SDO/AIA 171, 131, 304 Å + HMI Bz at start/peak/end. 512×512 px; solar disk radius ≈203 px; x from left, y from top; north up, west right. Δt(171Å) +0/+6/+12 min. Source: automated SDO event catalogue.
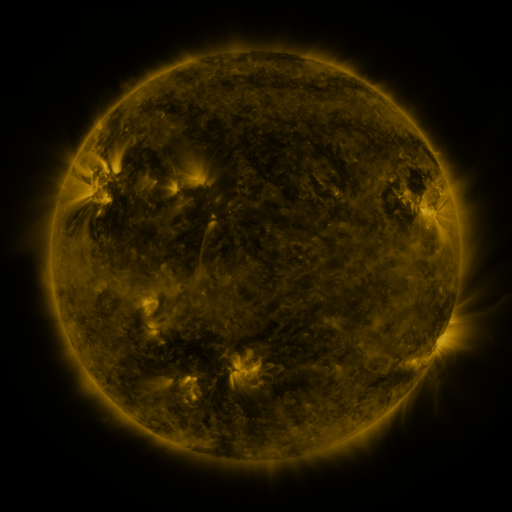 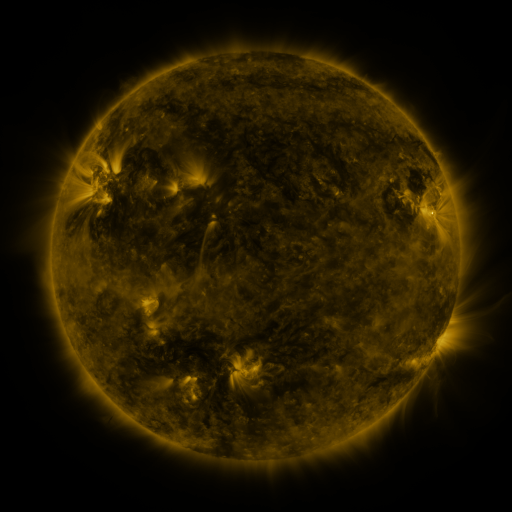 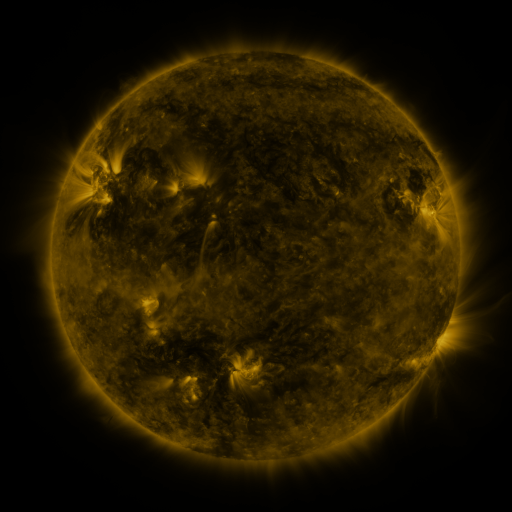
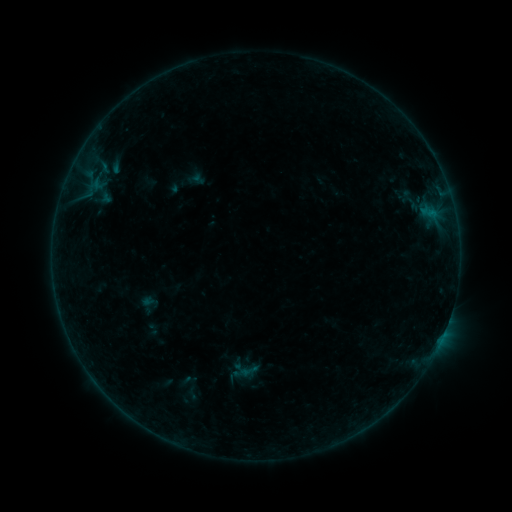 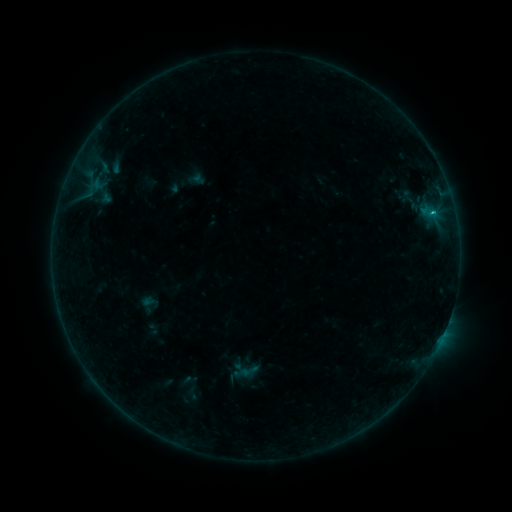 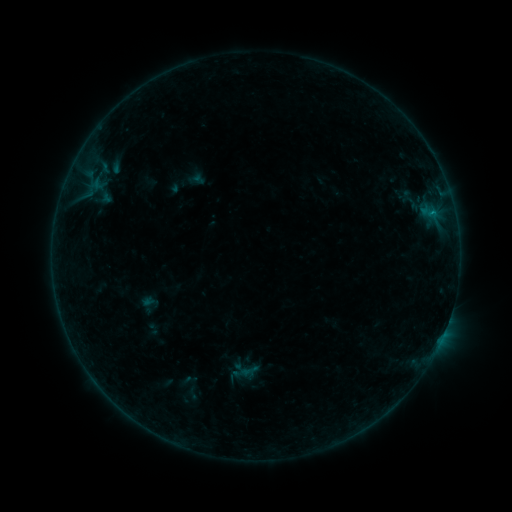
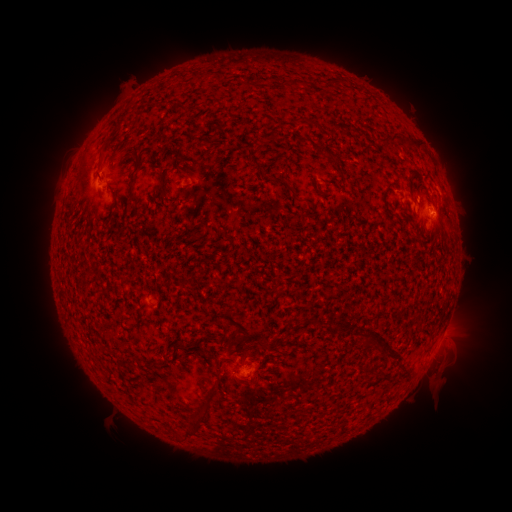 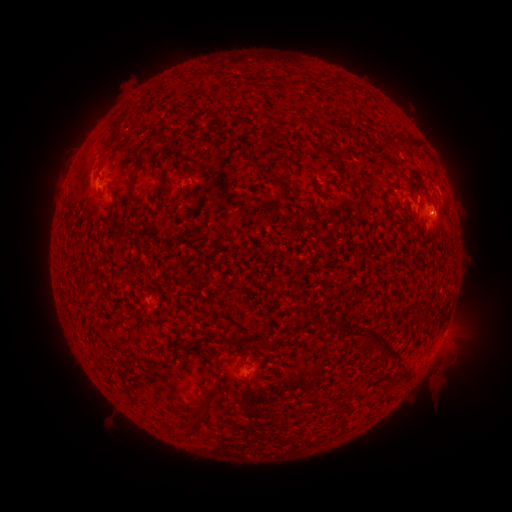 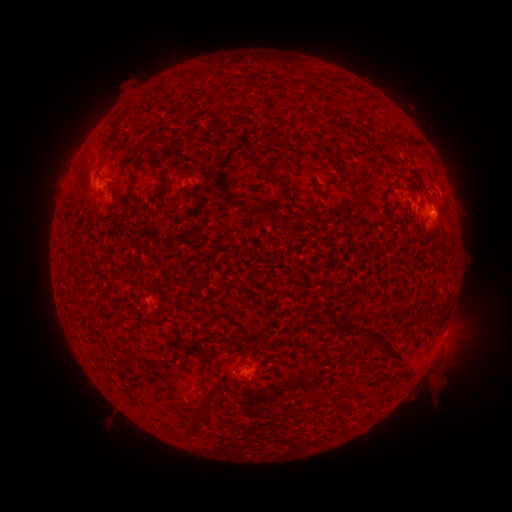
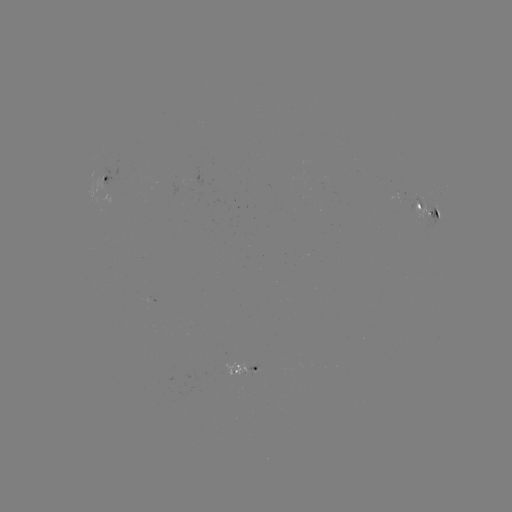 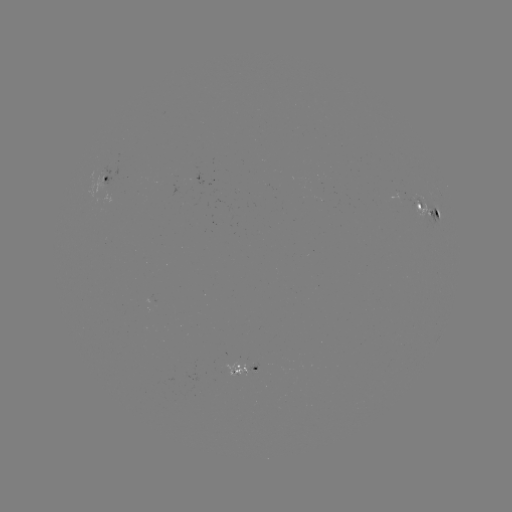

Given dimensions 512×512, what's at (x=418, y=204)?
B4.0 flare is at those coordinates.